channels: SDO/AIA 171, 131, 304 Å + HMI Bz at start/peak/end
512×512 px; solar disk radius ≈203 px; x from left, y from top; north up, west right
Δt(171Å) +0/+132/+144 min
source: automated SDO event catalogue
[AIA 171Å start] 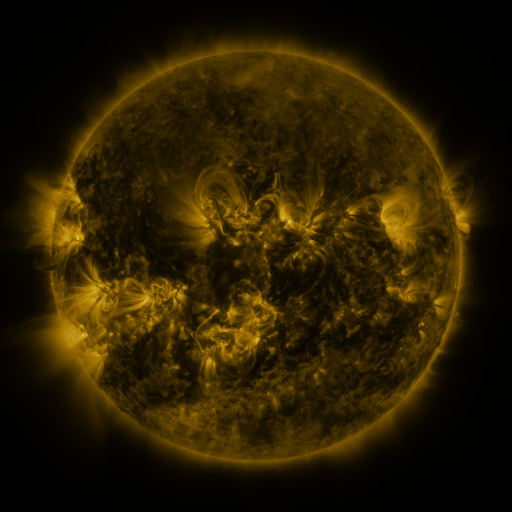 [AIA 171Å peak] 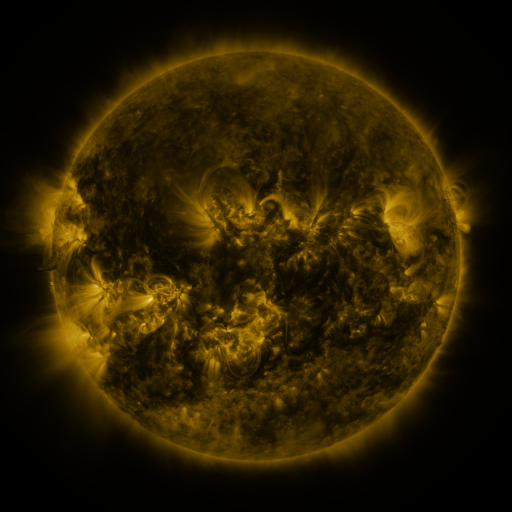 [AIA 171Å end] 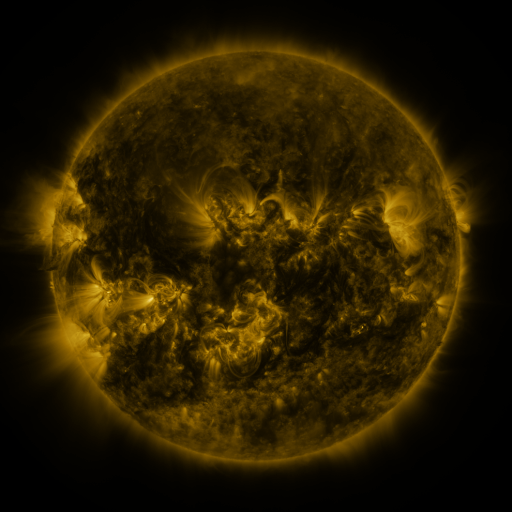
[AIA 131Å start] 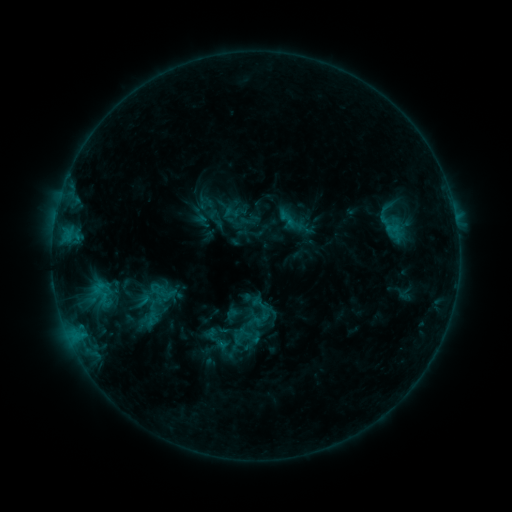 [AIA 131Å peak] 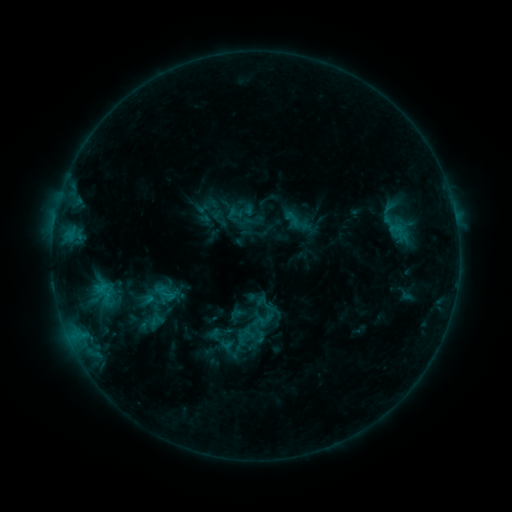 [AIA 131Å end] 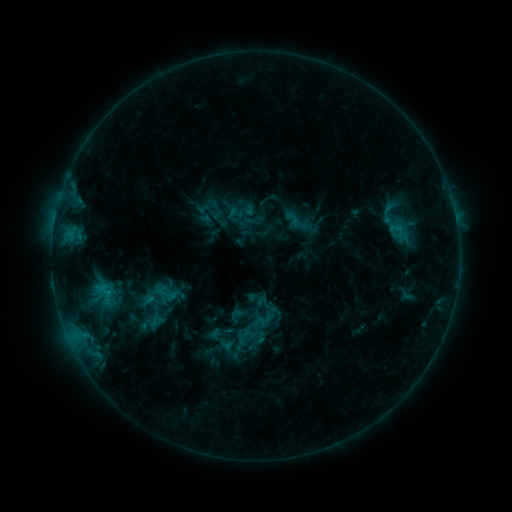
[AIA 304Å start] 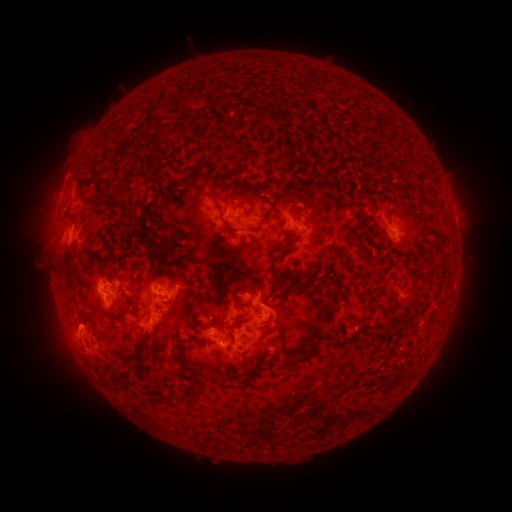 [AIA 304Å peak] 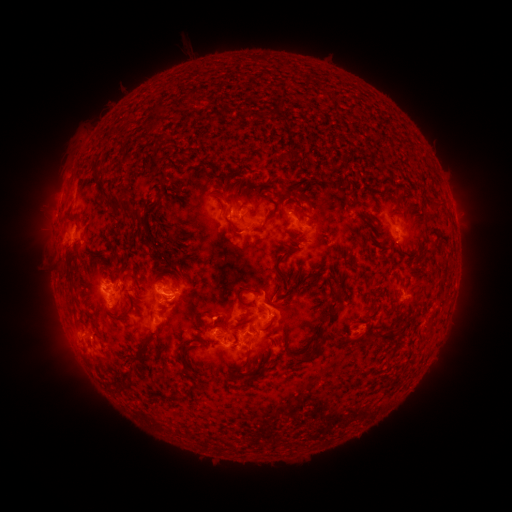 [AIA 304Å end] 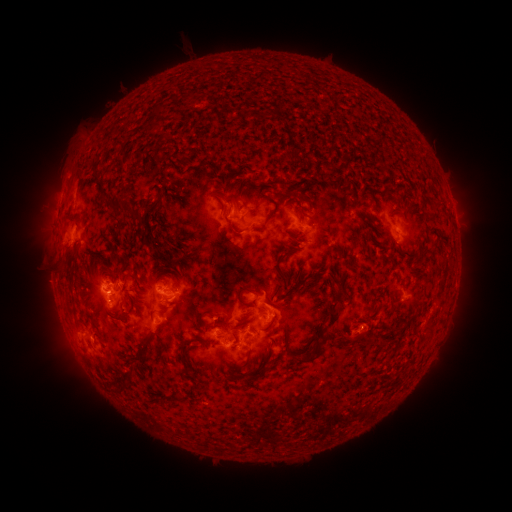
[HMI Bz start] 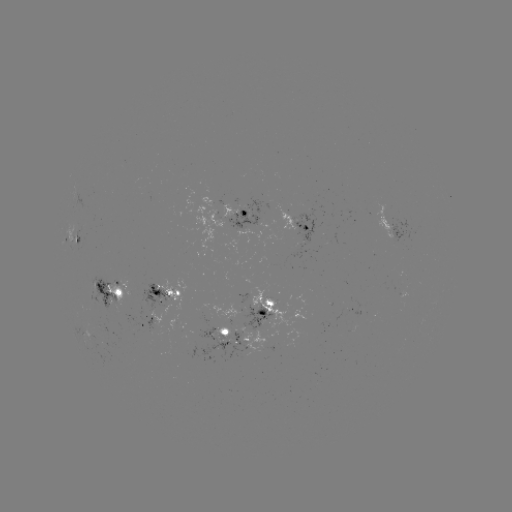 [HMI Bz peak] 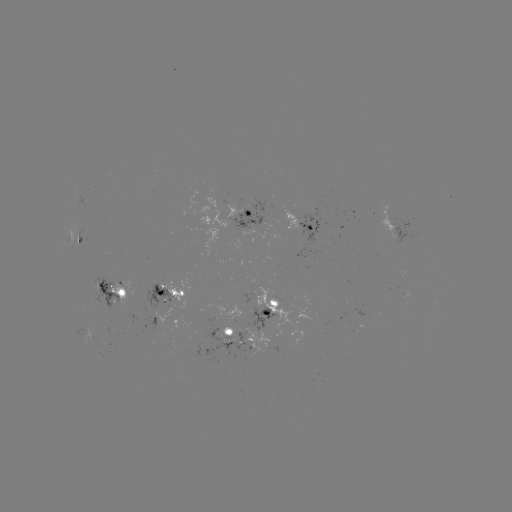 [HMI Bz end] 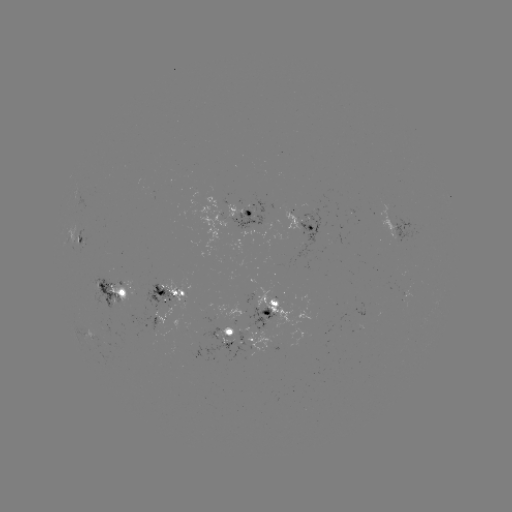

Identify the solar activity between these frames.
emerging-flux region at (158, 312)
